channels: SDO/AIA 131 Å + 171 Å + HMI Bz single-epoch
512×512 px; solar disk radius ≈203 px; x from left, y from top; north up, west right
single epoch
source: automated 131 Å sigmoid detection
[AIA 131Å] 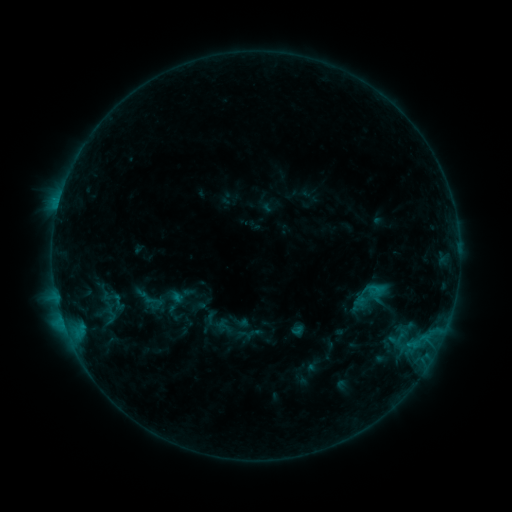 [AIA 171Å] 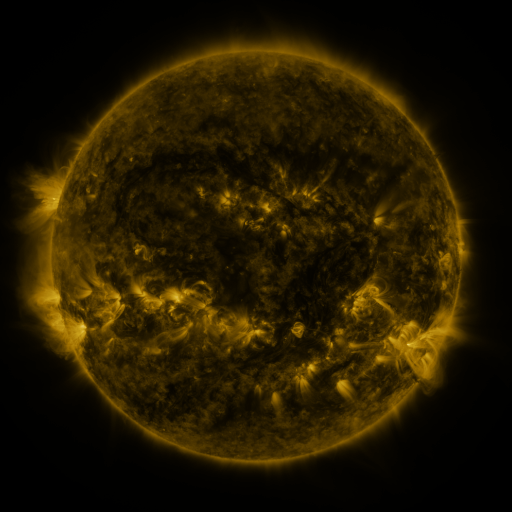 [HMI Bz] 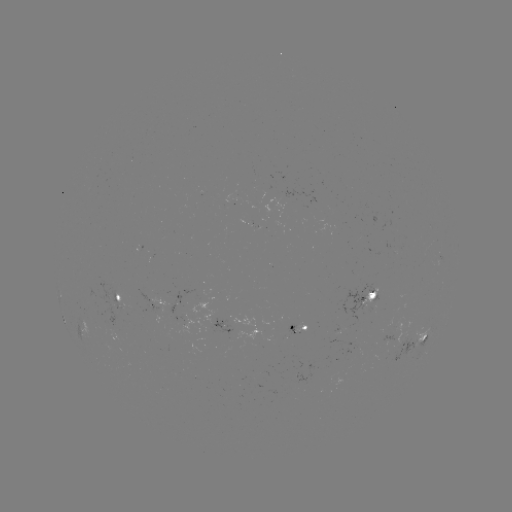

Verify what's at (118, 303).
sigmoid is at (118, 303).